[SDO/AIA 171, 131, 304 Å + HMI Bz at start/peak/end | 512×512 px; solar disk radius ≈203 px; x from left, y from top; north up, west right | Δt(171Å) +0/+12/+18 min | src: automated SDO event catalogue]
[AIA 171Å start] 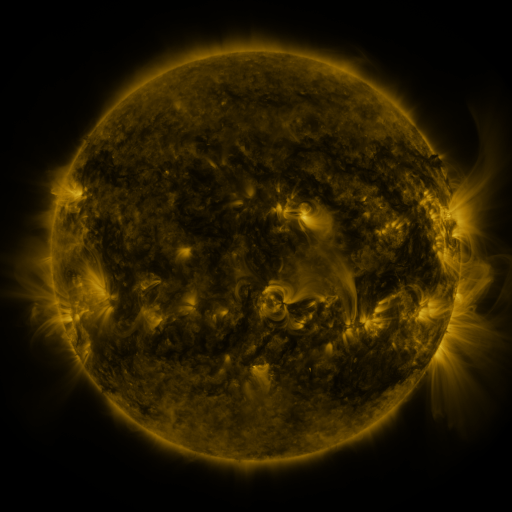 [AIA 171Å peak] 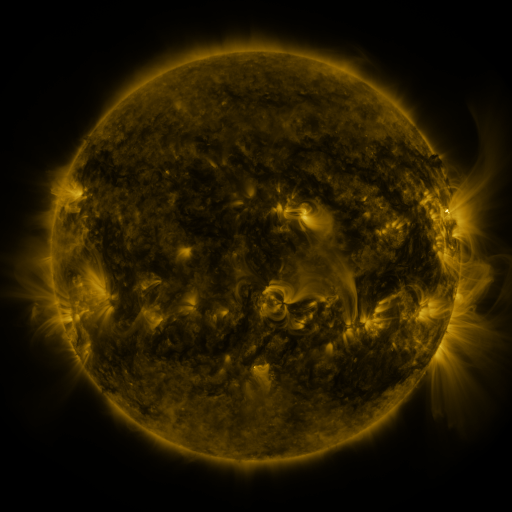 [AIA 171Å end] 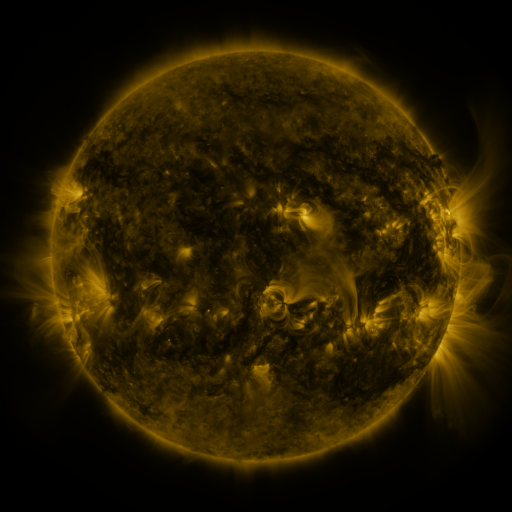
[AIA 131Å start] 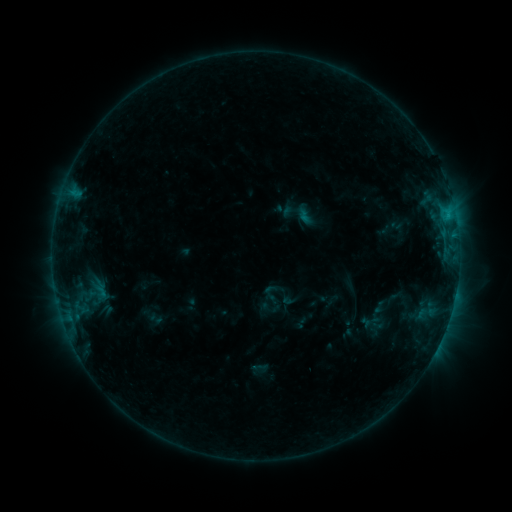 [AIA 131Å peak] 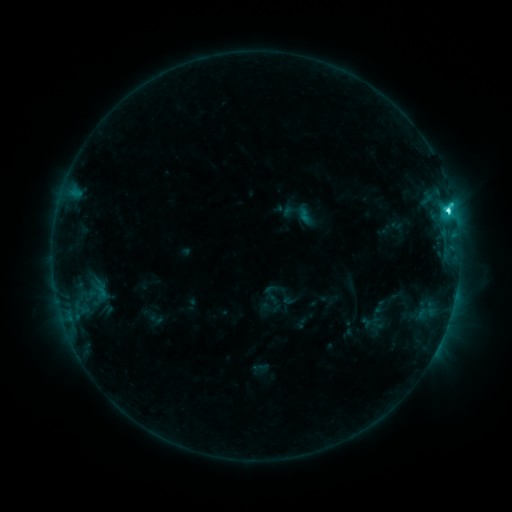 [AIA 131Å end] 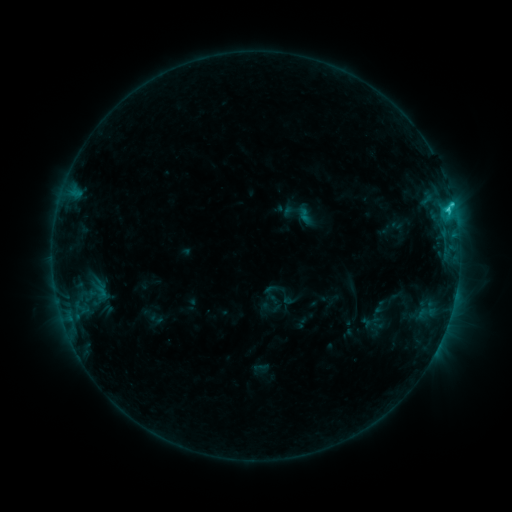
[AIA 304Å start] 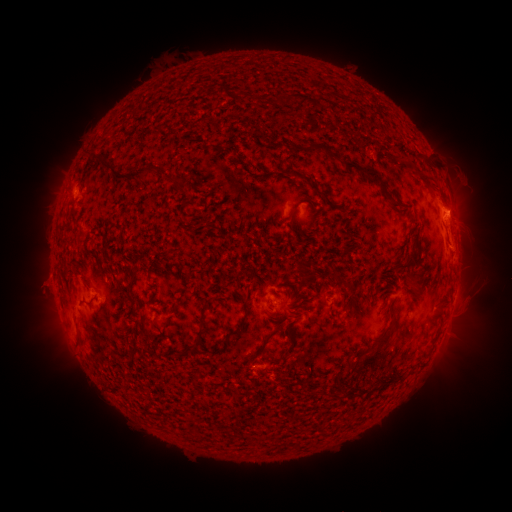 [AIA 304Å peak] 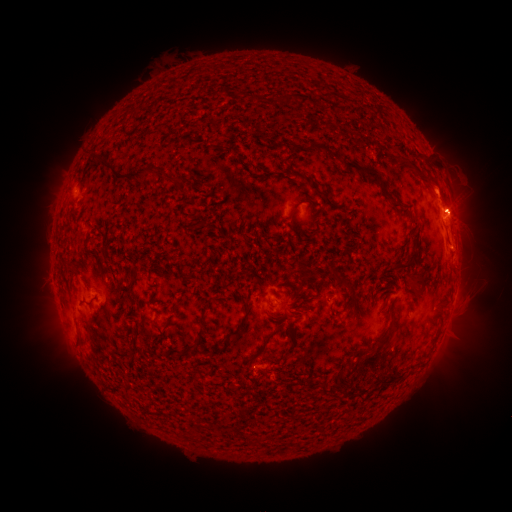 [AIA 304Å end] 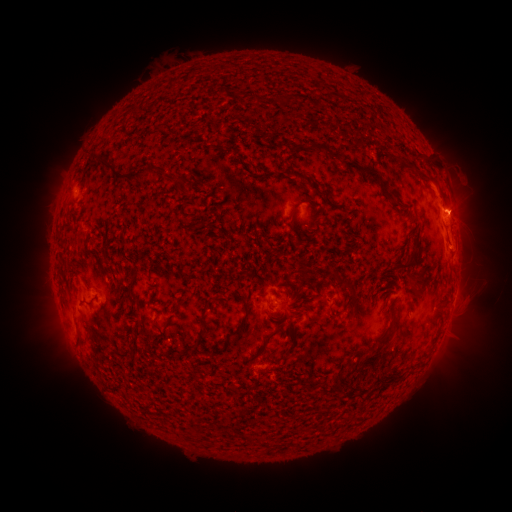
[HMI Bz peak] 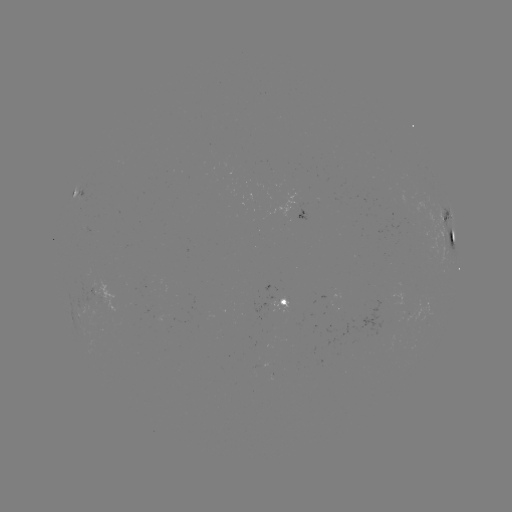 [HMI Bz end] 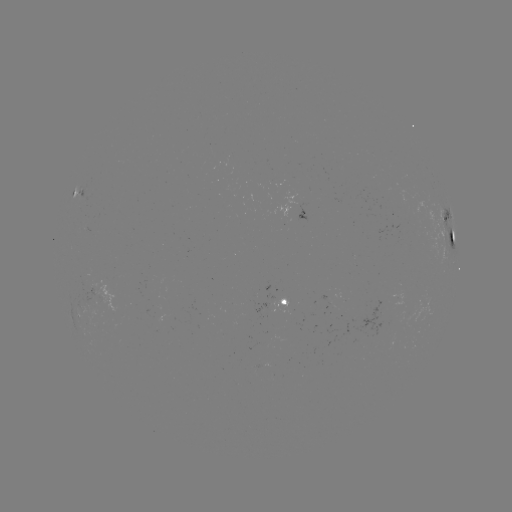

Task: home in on C4.7 flare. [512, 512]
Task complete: (447, 211).